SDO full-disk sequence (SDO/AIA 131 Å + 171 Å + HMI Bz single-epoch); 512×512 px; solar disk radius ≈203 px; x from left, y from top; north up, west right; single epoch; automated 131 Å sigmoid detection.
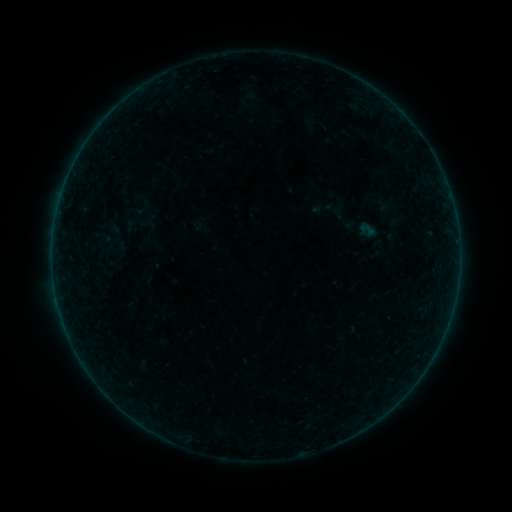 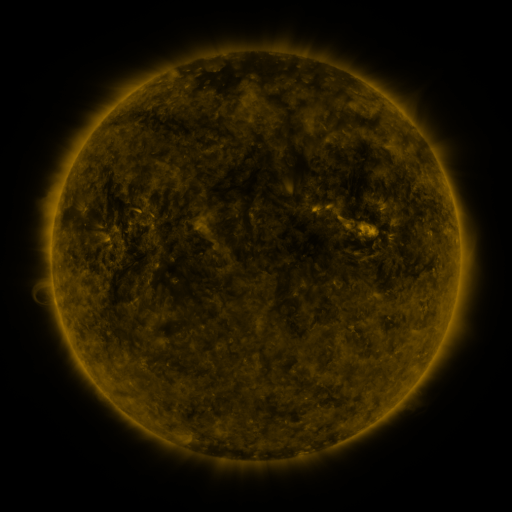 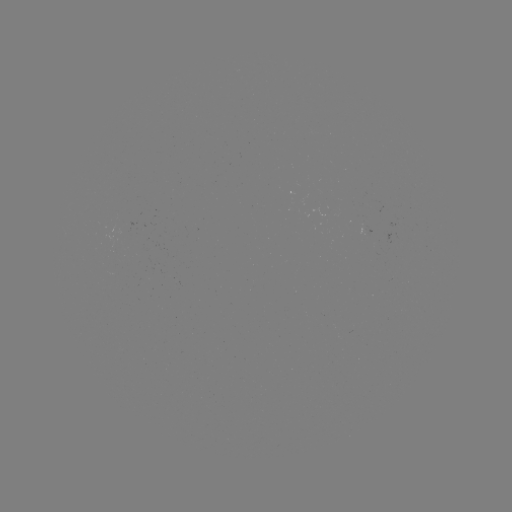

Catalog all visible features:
sigmoid: [308, 194, 339, 220]
